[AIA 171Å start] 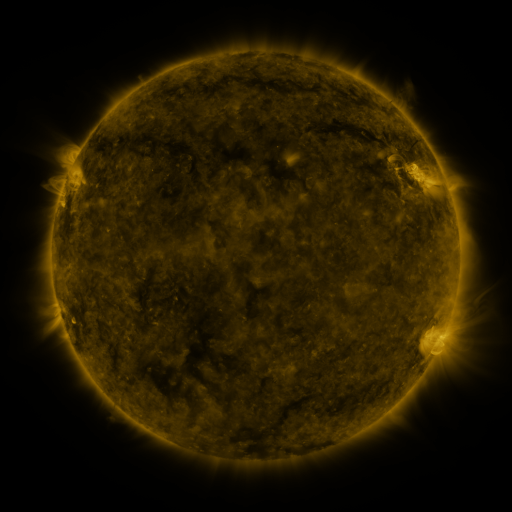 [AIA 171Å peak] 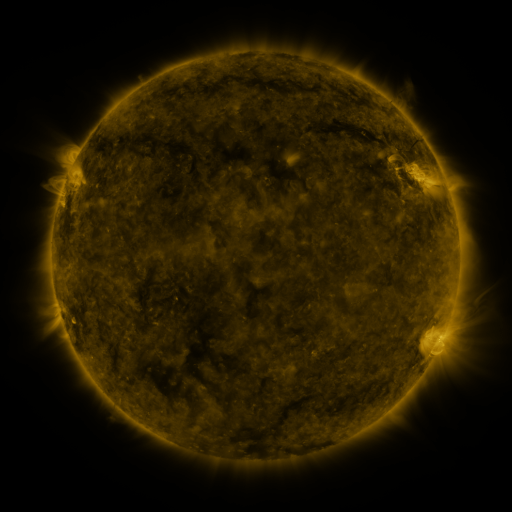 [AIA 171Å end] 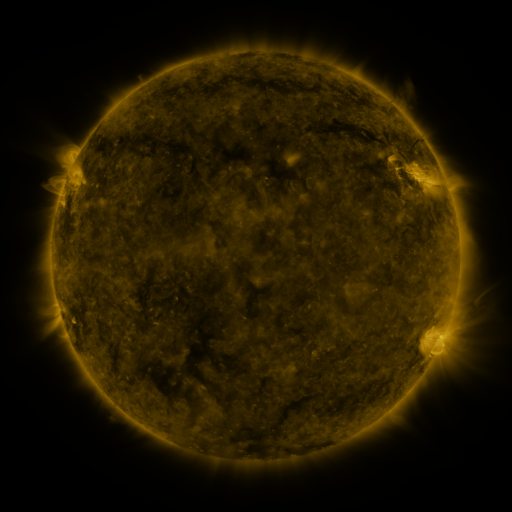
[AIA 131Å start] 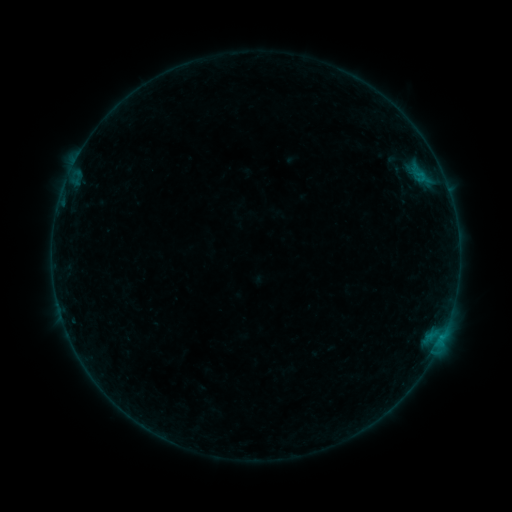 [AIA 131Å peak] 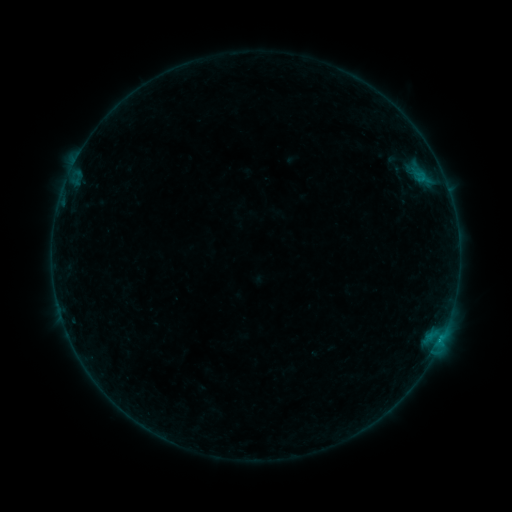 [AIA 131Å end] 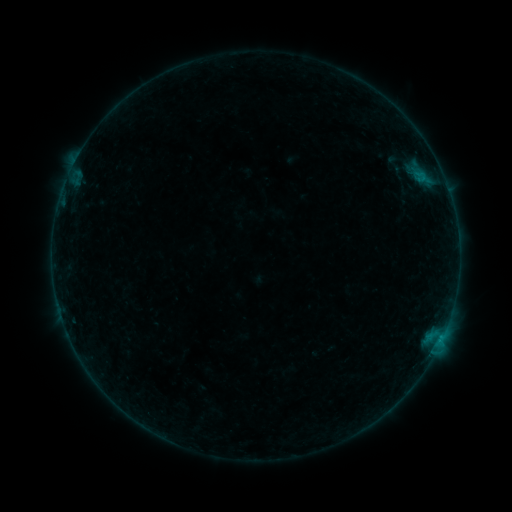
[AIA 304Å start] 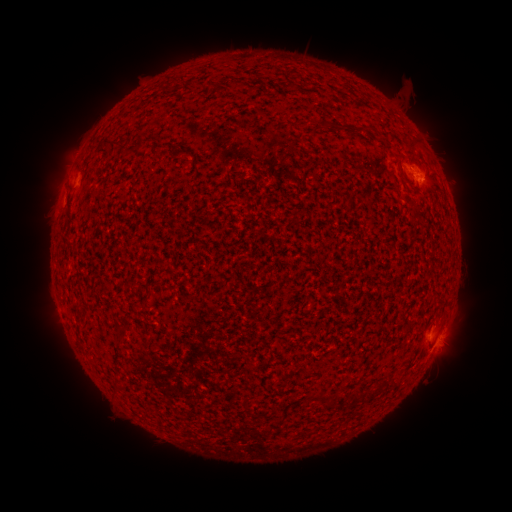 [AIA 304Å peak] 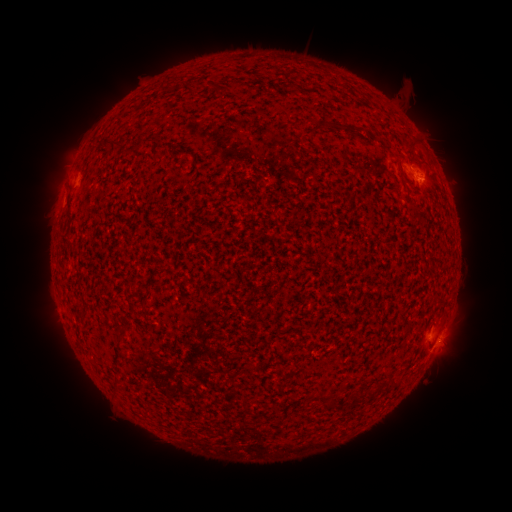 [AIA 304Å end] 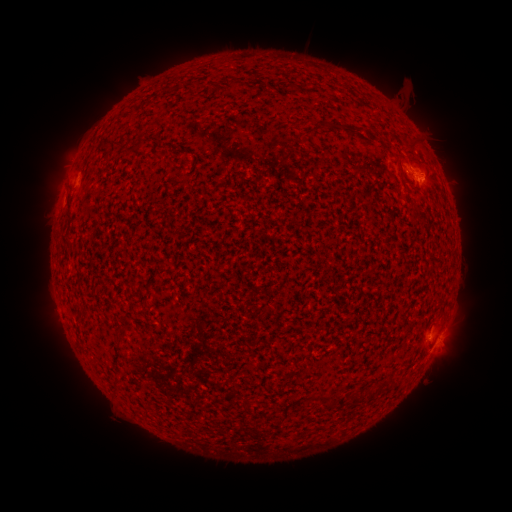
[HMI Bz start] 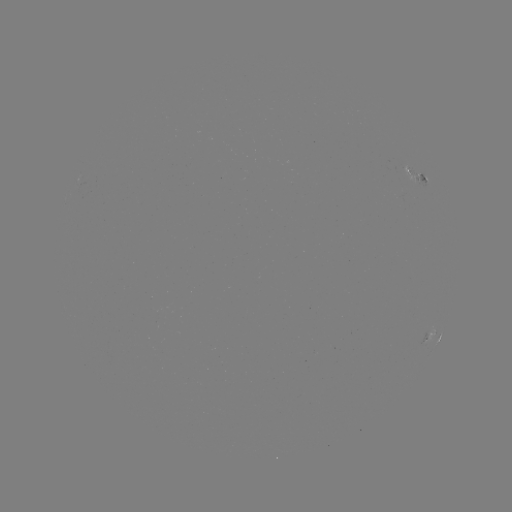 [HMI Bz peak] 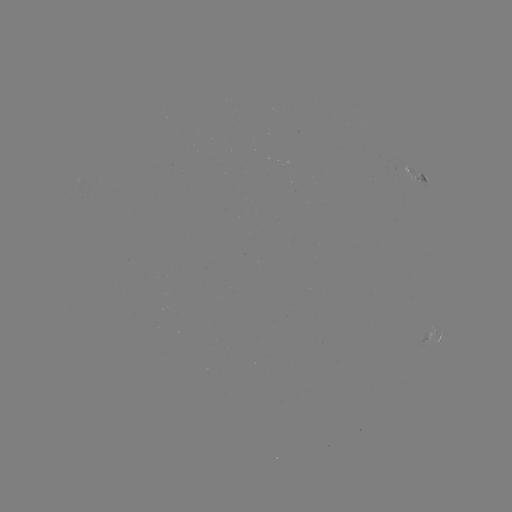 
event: flare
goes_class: B4.6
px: (440, 341)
